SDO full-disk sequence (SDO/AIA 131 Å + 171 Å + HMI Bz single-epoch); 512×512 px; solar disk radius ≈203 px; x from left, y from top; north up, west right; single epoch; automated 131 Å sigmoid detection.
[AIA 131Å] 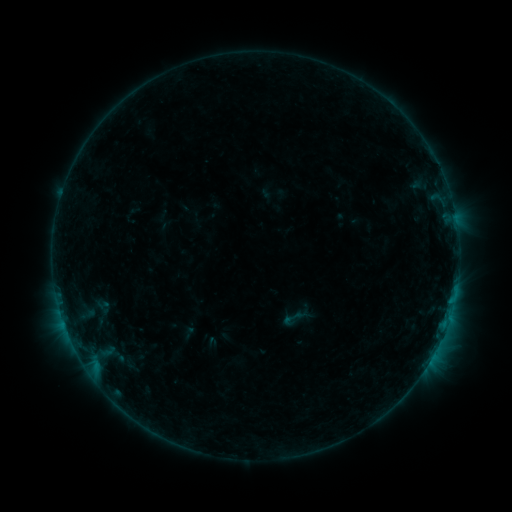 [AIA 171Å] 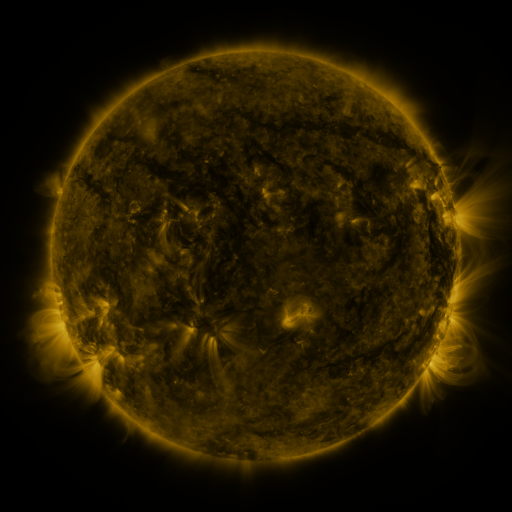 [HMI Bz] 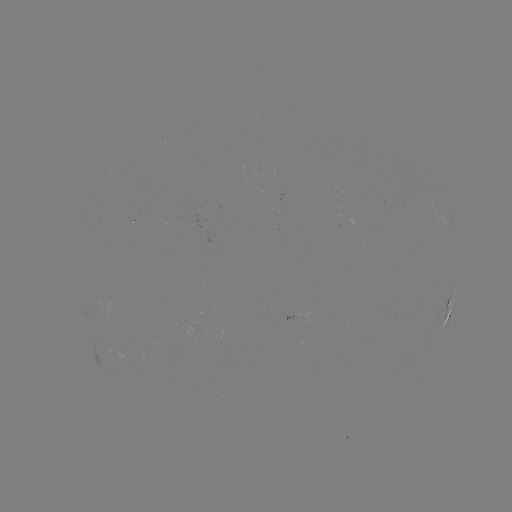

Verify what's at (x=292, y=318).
sigmoid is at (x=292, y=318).